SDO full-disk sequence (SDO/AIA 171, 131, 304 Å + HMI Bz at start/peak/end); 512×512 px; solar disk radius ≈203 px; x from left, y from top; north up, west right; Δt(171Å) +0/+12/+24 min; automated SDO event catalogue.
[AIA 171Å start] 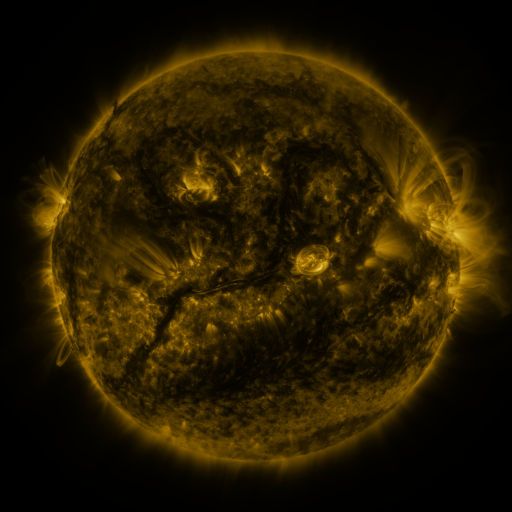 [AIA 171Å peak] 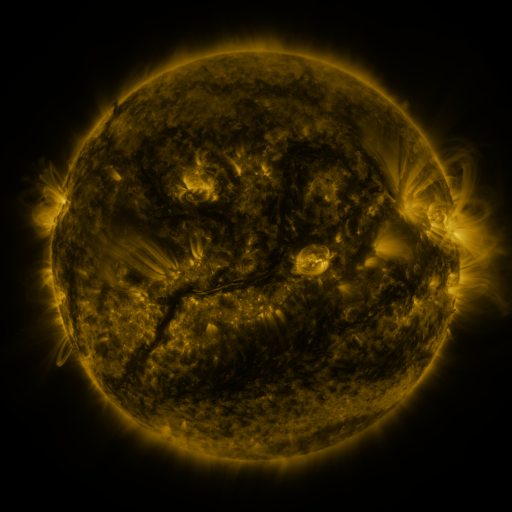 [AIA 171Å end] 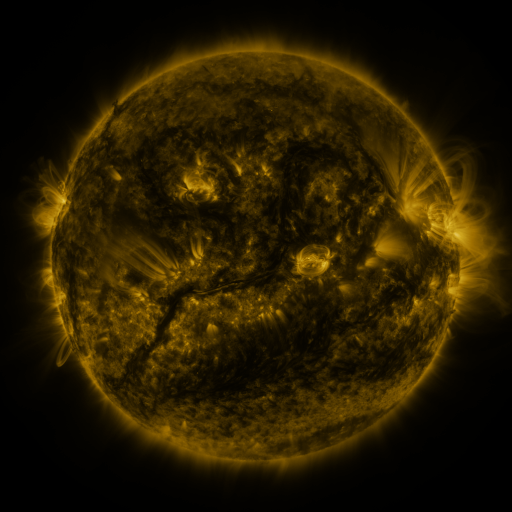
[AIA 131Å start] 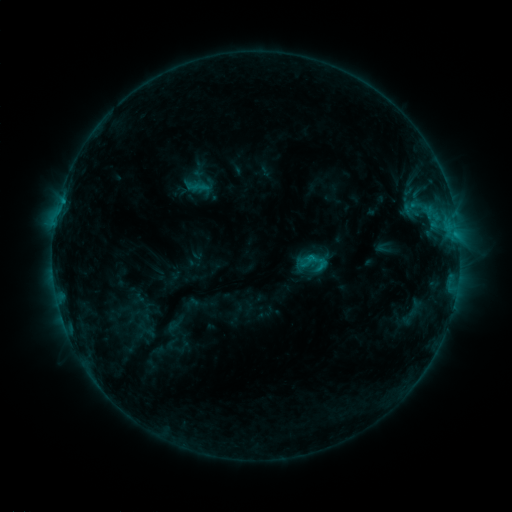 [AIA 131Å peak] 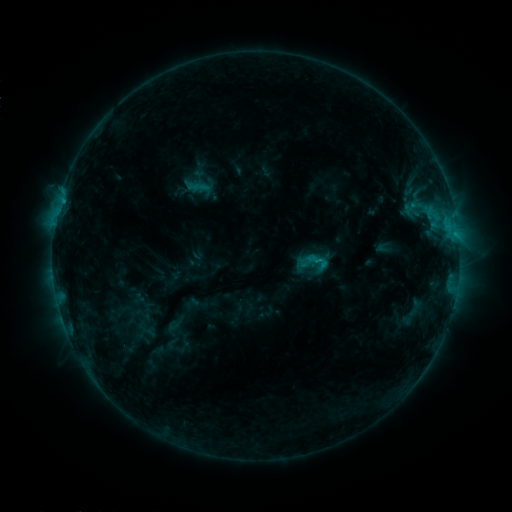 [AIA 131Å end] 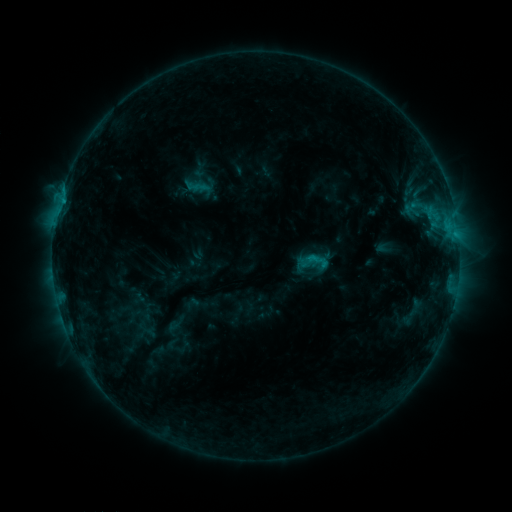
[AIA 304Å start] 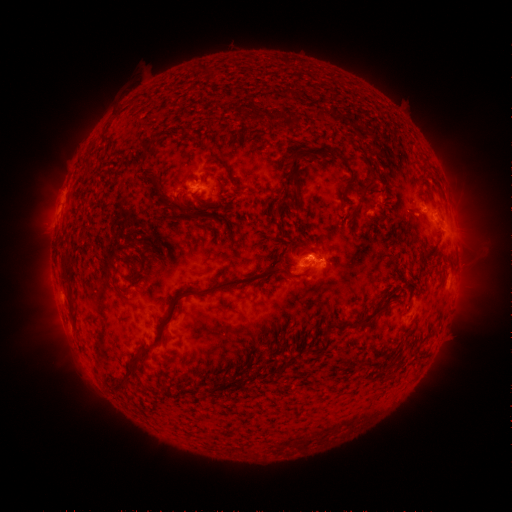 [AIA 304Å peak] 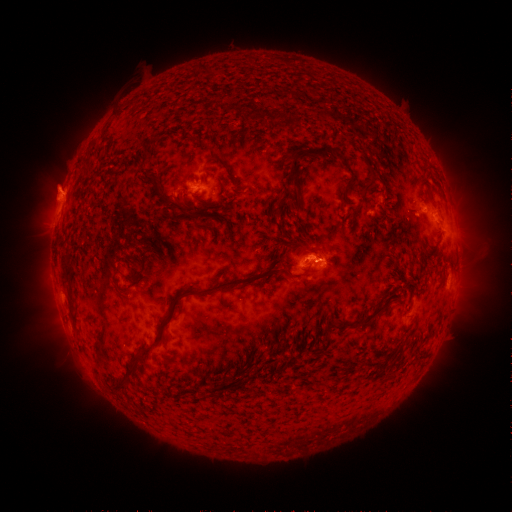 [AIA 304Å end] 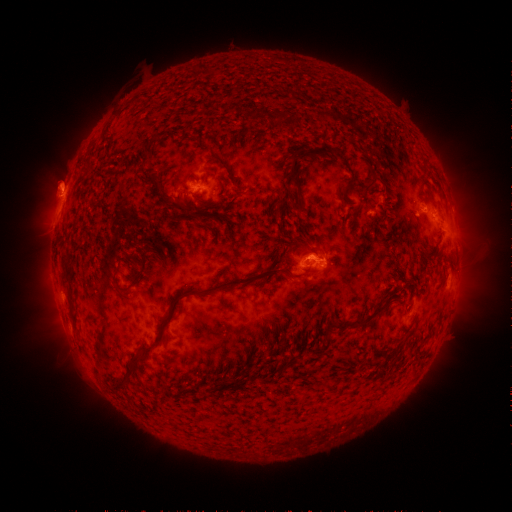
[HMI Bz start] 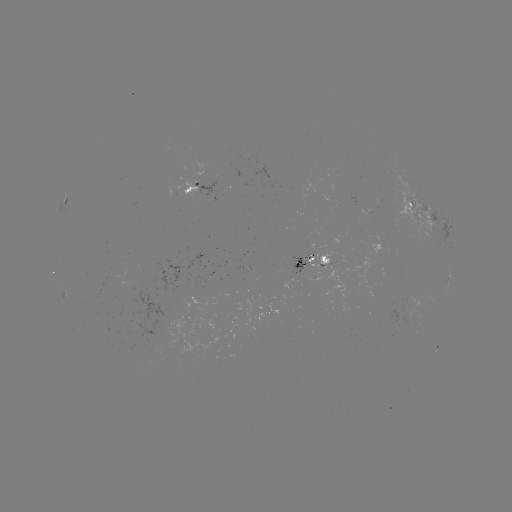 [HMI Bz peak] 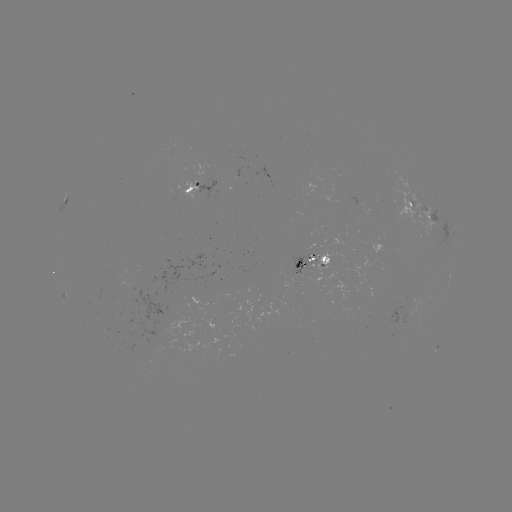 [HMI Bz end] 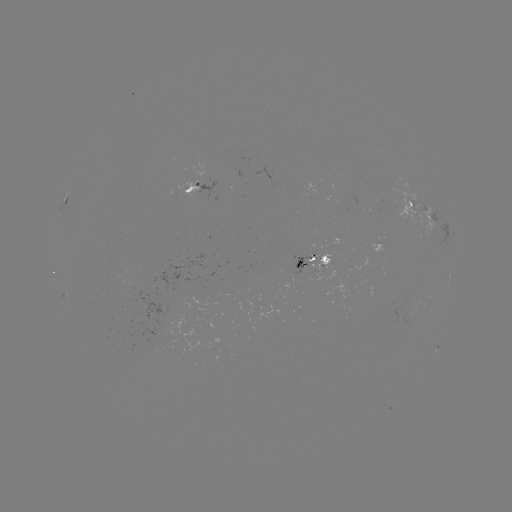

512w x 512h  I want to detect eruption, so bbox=[26, 159, 90, 220].